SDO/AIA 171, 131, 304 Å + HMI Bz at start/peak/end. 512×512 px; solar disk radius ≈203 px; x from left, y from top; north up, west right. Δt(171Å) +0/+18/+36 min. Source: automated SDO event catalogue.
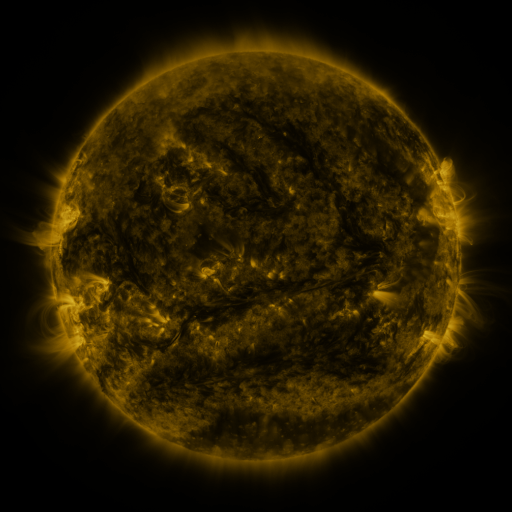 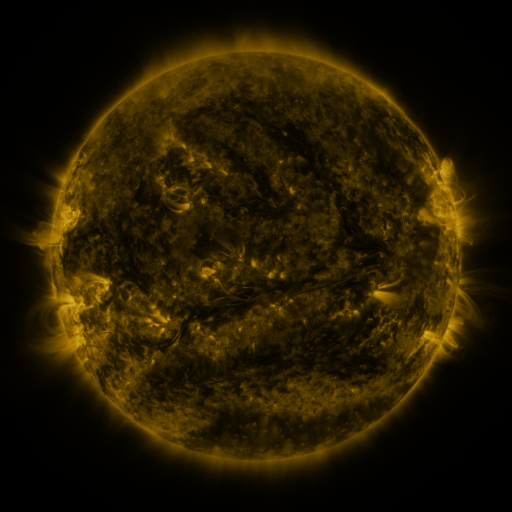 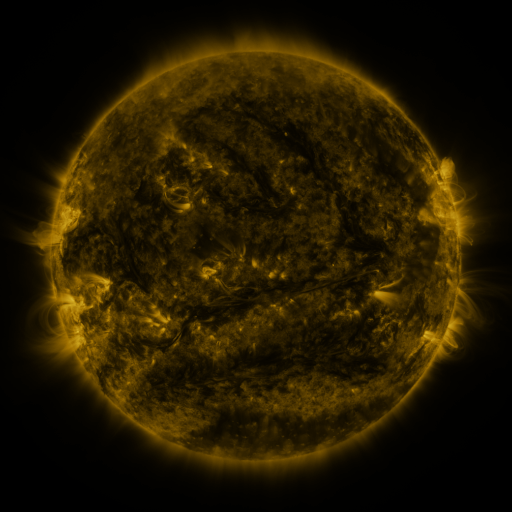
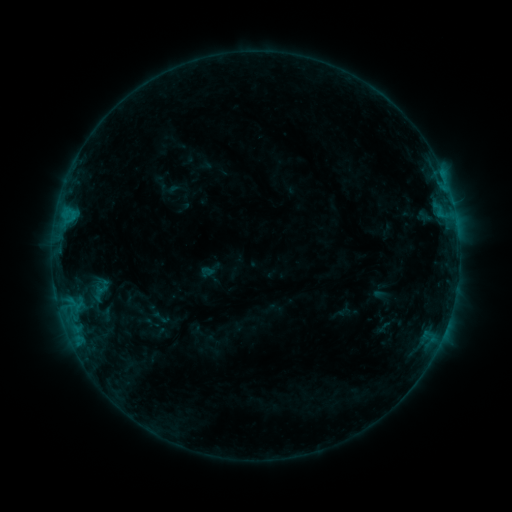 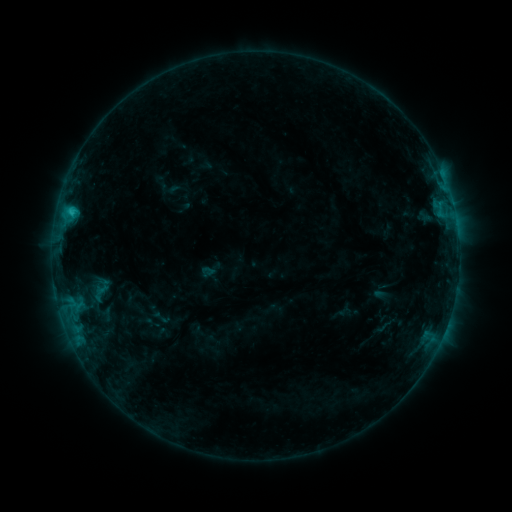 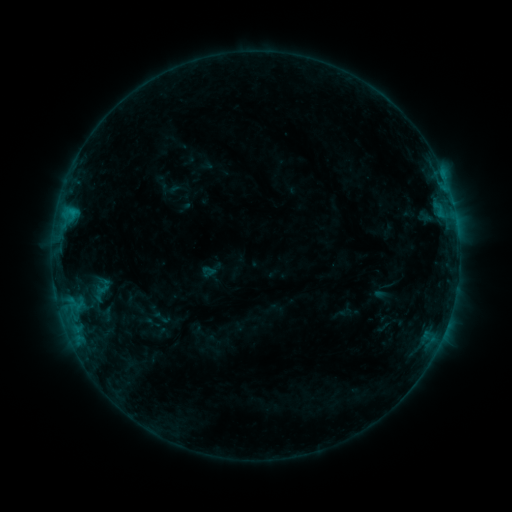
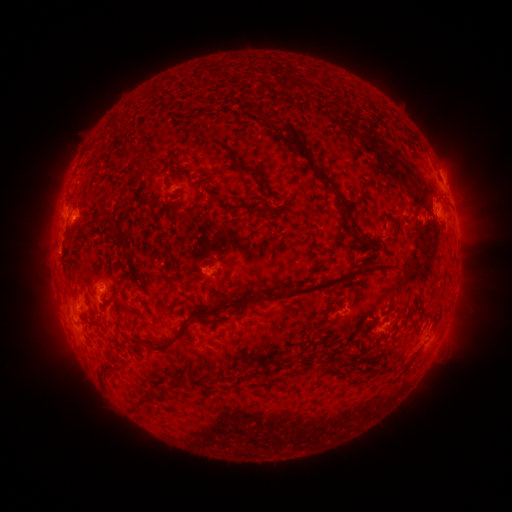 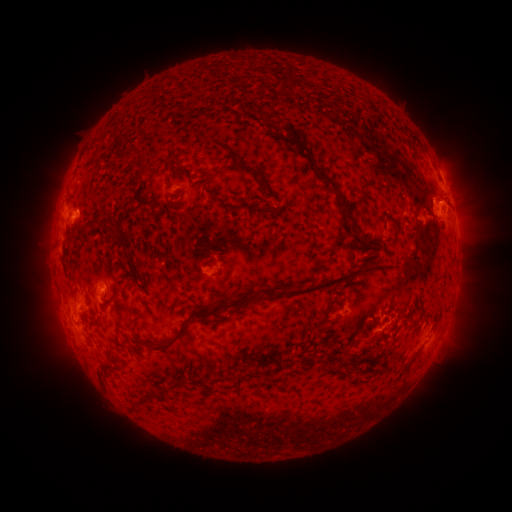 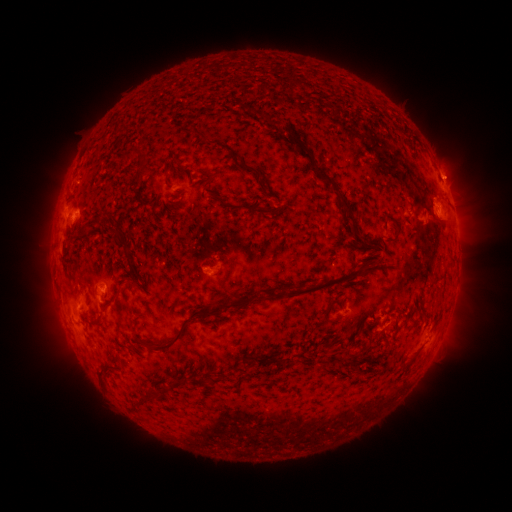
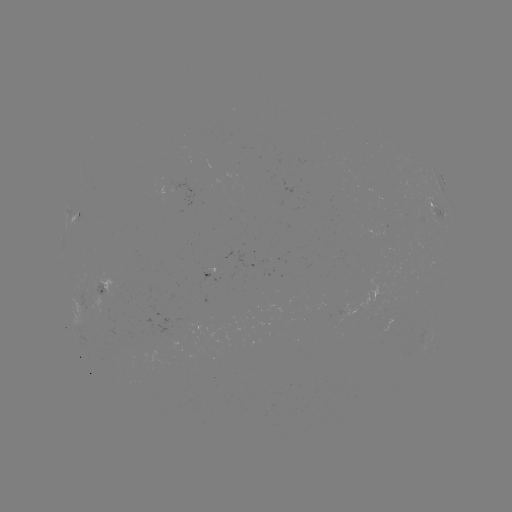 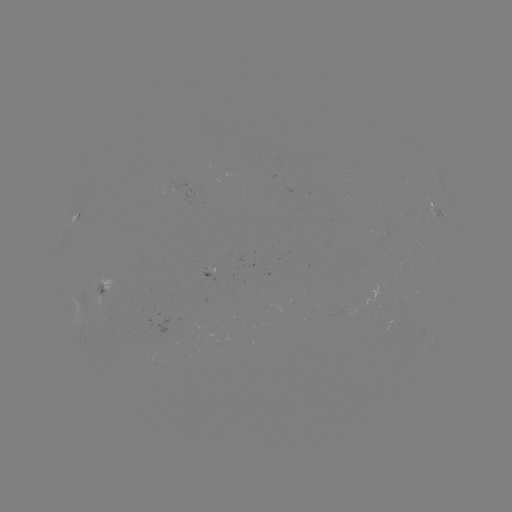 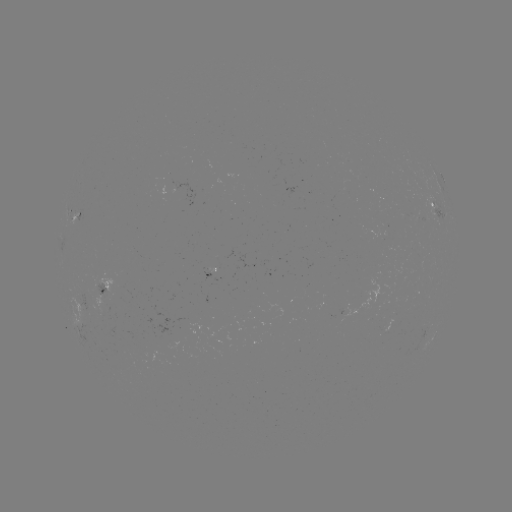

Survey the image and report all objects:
C1.0 flare: (72, 215)
